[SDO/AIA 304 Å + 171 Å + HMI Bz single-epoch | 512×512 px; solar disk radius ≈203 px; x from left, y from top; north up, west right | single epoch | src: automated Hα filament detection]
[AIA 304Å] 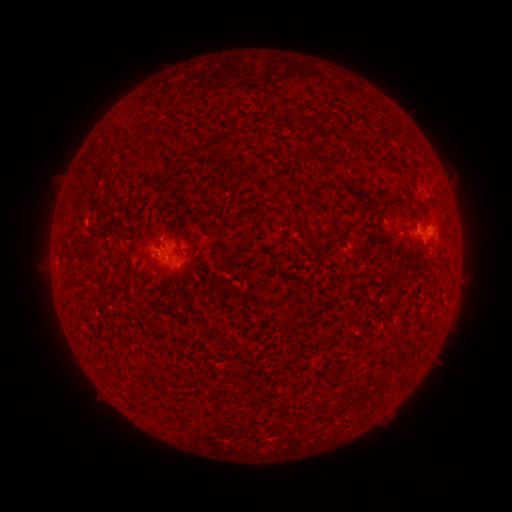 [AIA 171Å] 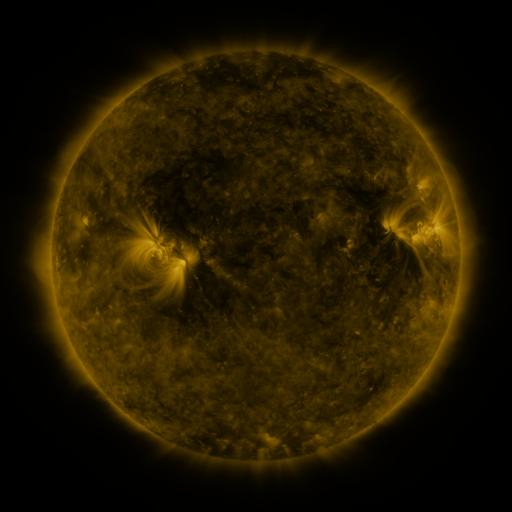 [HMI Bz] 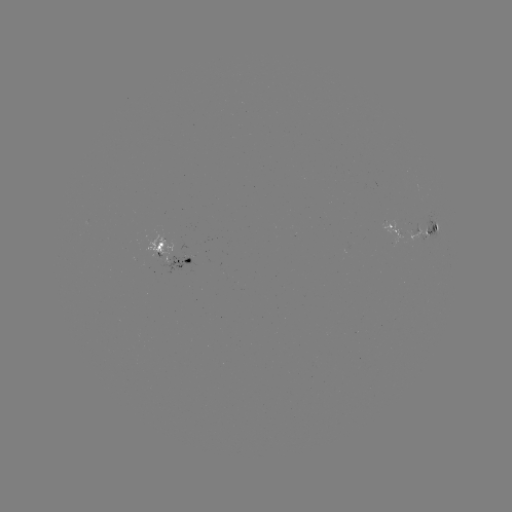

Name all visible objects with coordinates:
filament: <bbox>205, 133, 230, 158</bbox>
filament: <bbox>327, 237, 339, 245</bbox>
filament: <bbox>155, 241, 164, 251</bbox>
filament: <bbox>427, 260, 437, 268</bbox>
